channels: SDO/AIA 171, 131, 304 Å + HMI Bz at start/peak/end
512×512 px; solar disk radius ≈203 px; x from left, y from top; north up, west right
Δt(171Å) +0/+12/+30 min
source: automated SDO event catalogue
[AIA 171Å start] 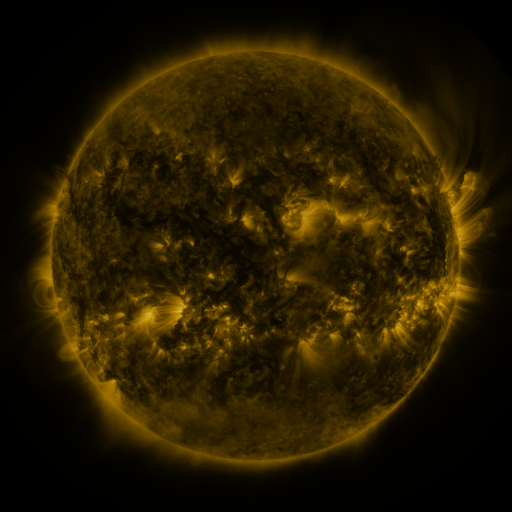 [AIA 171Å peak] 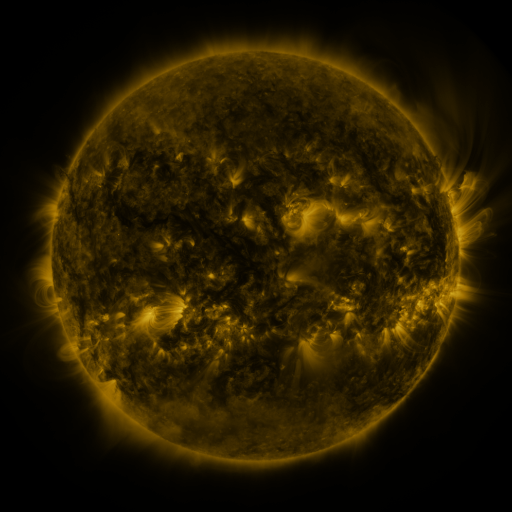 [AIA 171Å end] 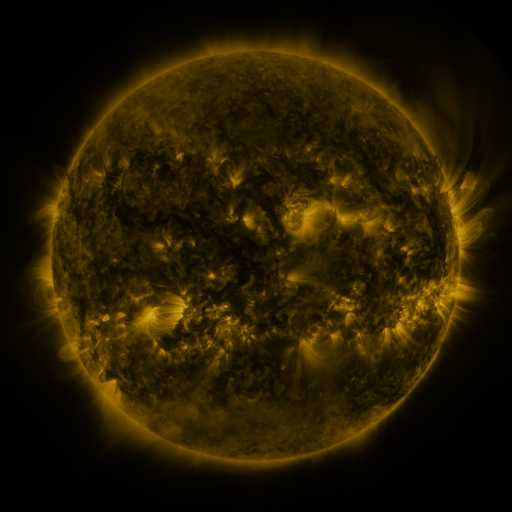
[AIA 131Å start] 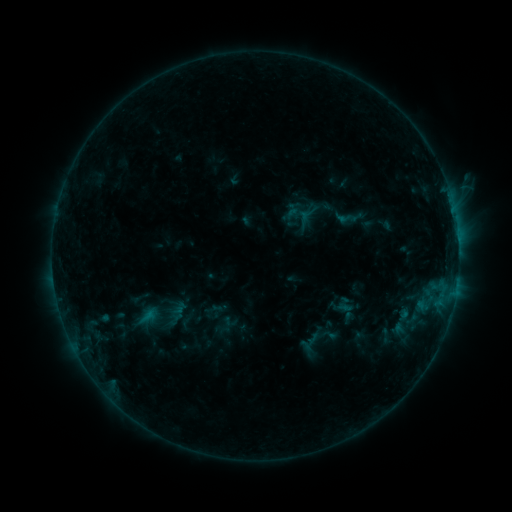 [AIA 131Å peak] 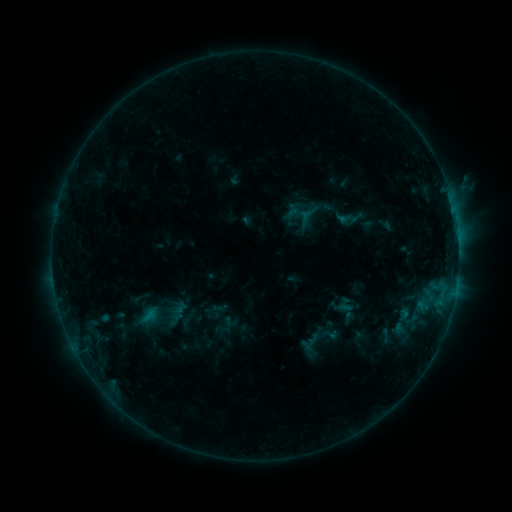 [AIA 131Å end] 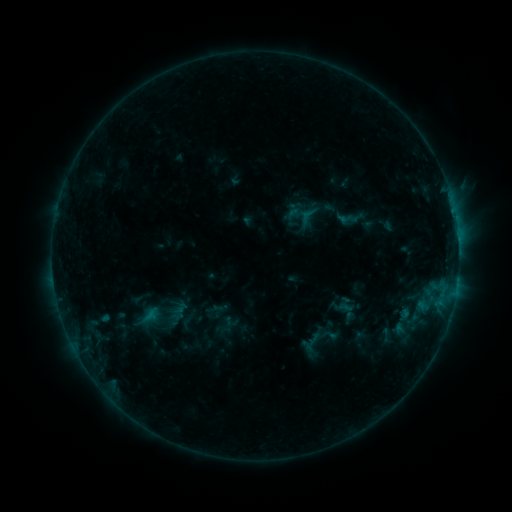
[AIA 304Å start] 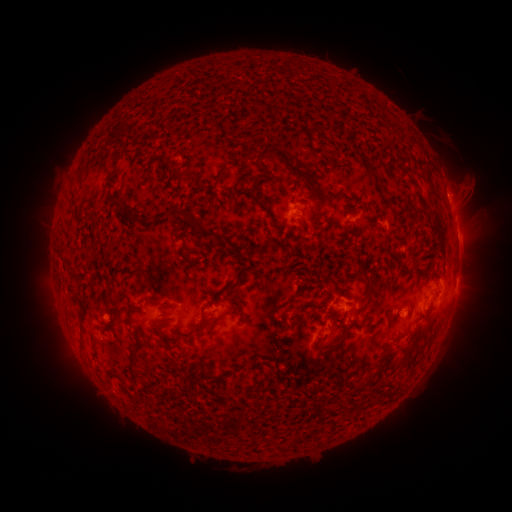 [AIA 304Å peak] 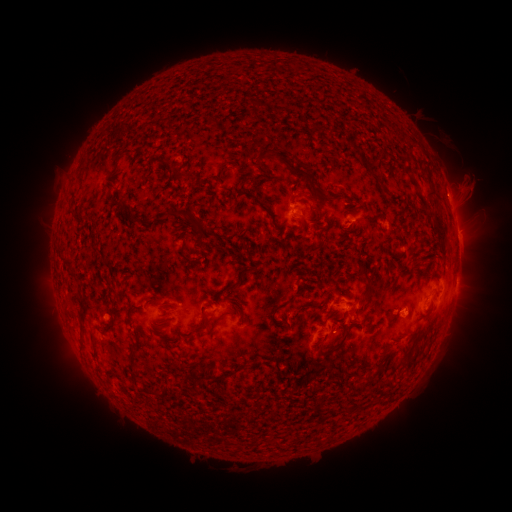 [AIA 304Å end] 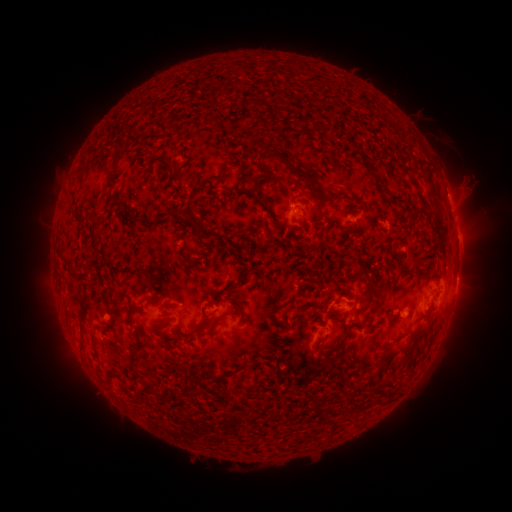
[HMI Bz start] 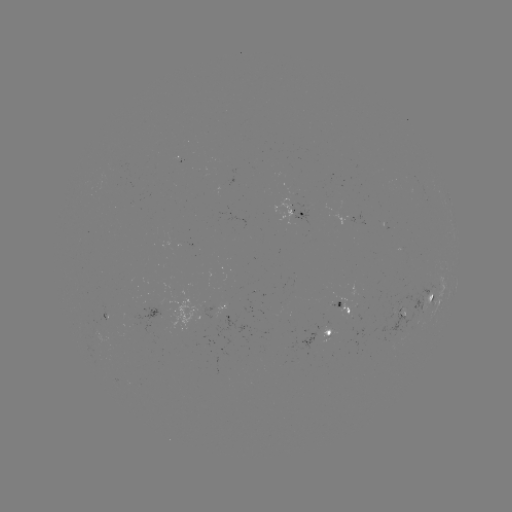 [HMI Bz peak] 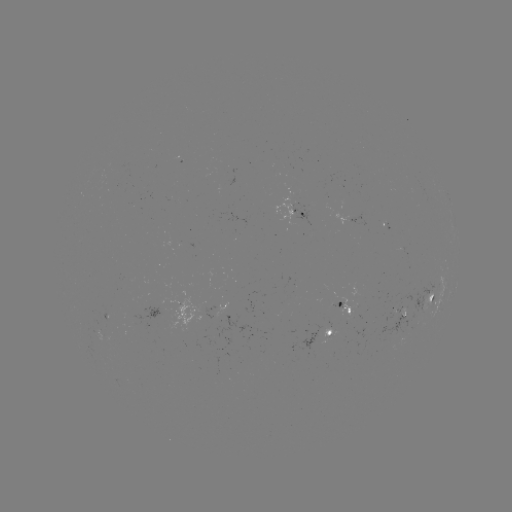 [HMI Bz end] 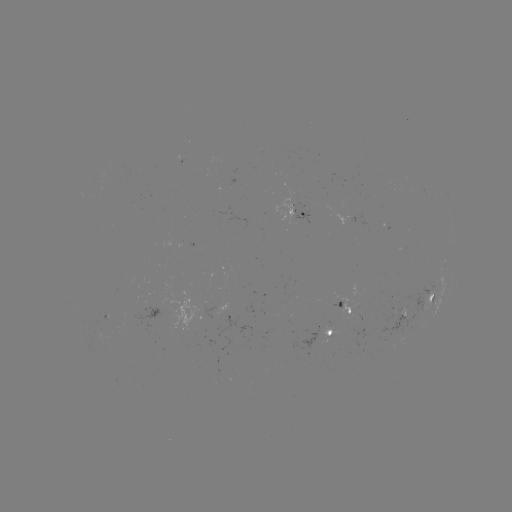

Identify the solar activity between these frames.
nothing was catalogued: no classed flare, no EUV trigger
